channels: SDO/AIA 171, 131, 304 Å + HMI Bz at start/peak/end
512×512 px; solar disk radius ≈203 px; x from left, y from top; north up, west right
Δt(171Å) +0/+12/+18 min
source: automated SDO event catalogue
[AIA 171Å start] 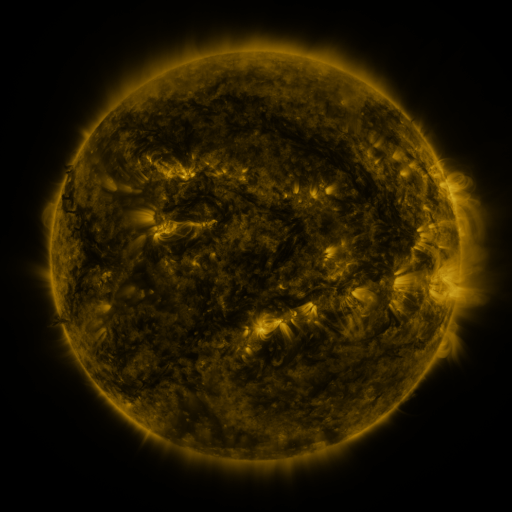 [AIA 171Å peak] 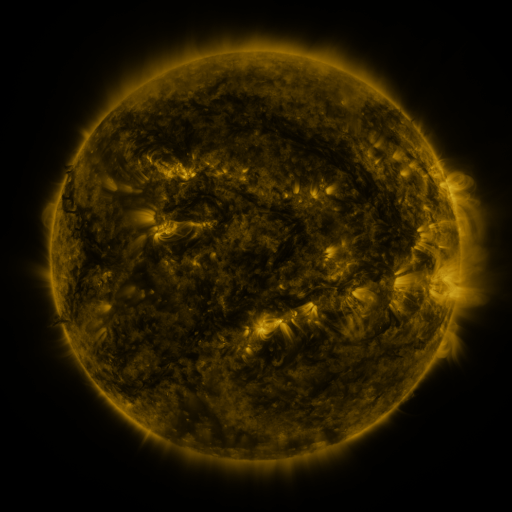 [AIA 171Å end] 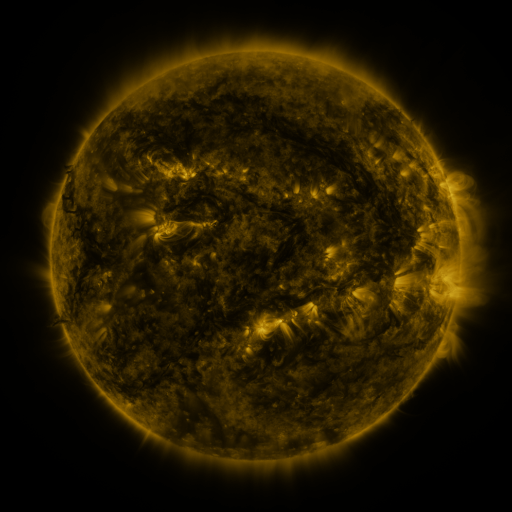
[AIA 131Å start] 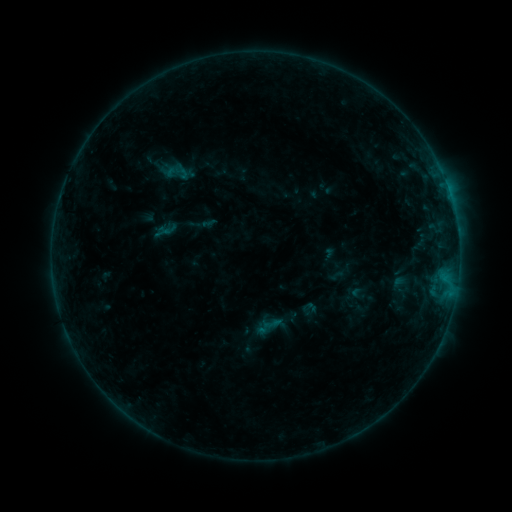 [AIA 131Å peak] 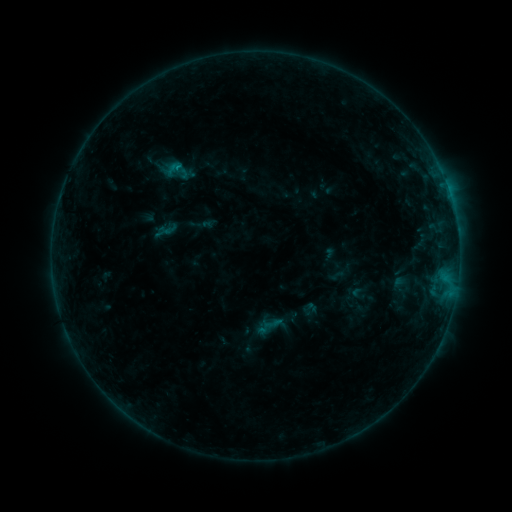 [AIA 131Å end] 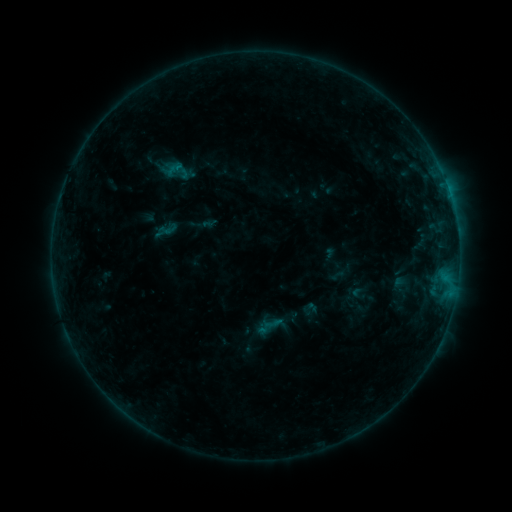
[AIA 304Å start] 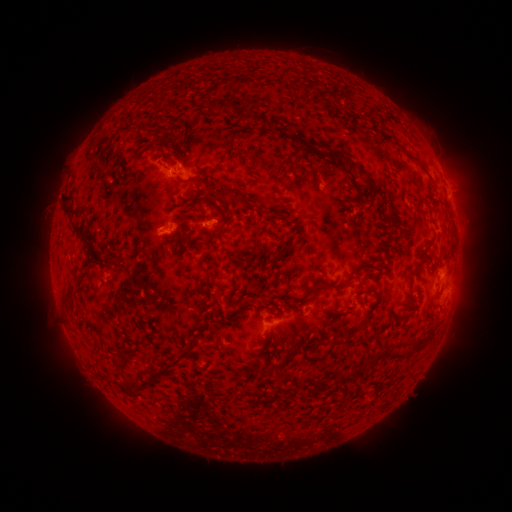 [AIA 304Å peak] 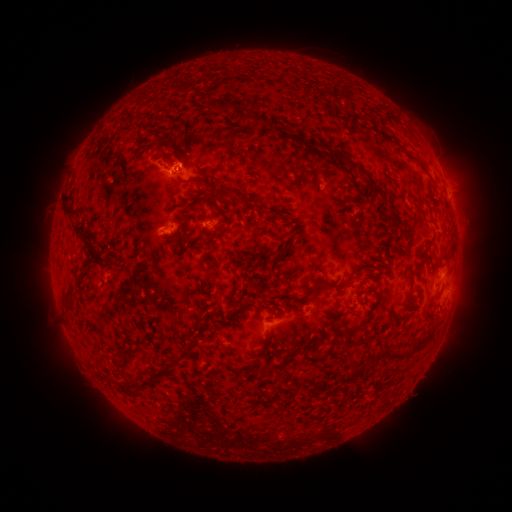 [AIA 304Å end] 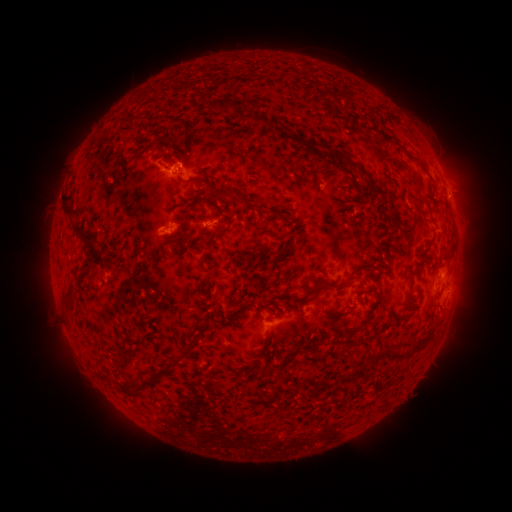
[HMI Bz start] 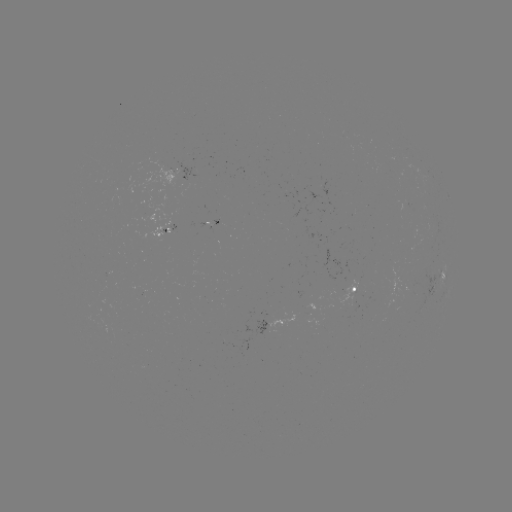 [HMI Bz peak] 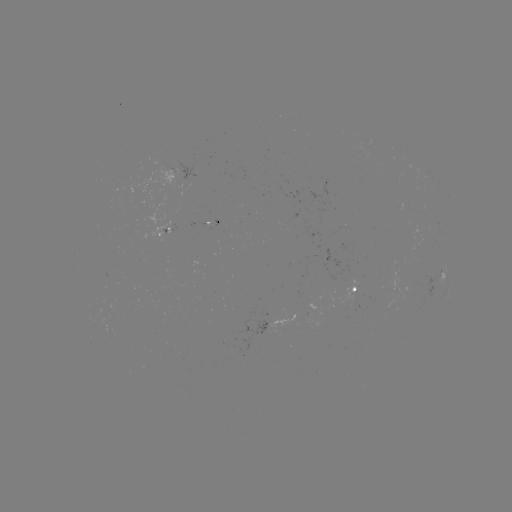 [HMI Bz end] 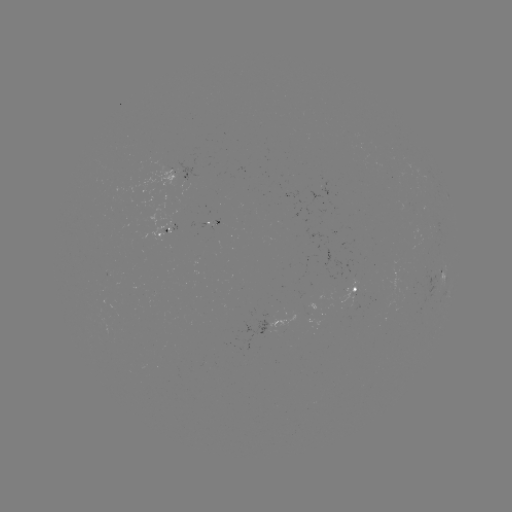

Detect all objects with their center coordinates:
B4.2 flare: (179, 170)
